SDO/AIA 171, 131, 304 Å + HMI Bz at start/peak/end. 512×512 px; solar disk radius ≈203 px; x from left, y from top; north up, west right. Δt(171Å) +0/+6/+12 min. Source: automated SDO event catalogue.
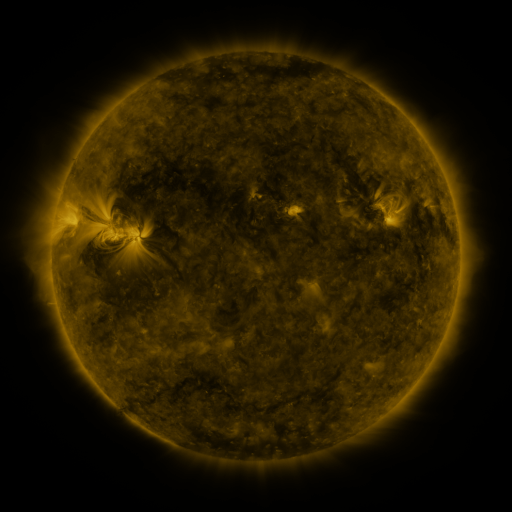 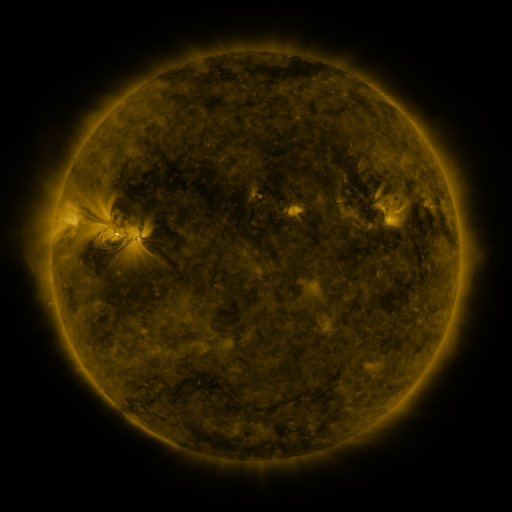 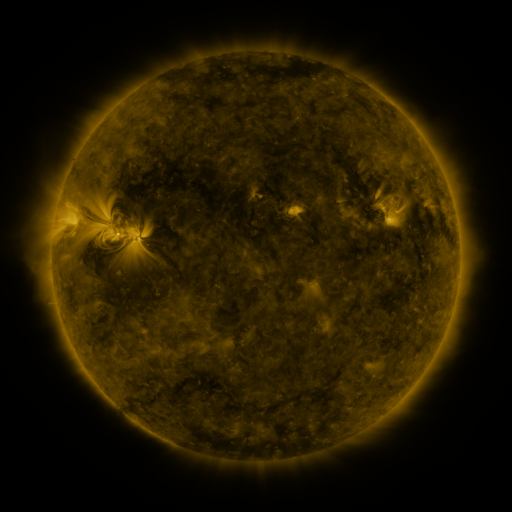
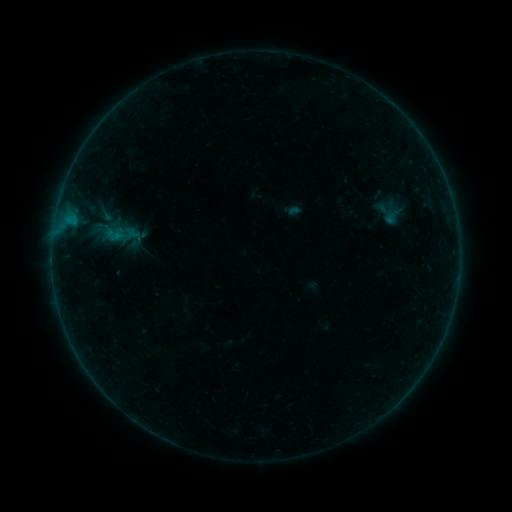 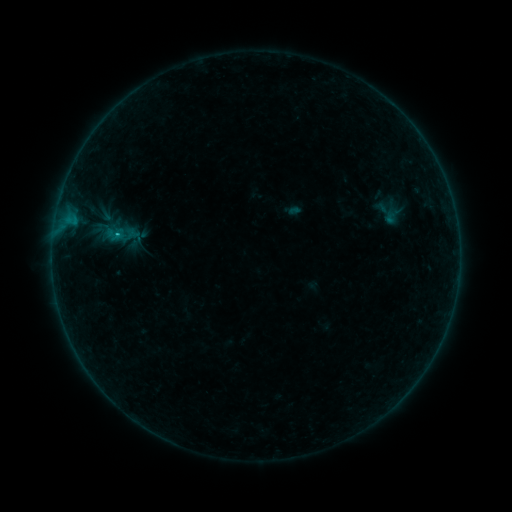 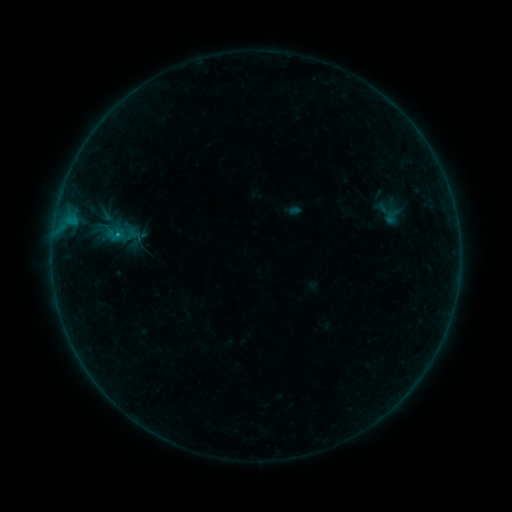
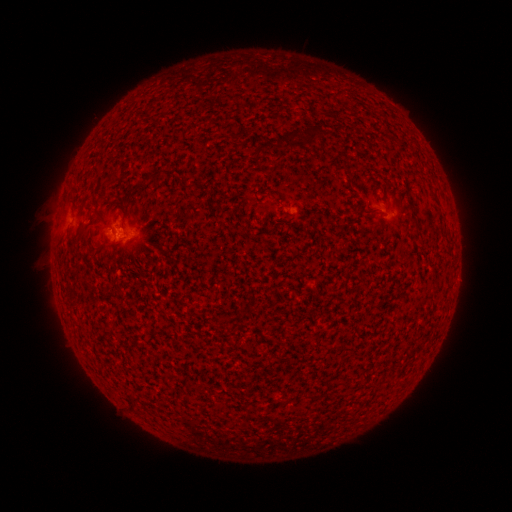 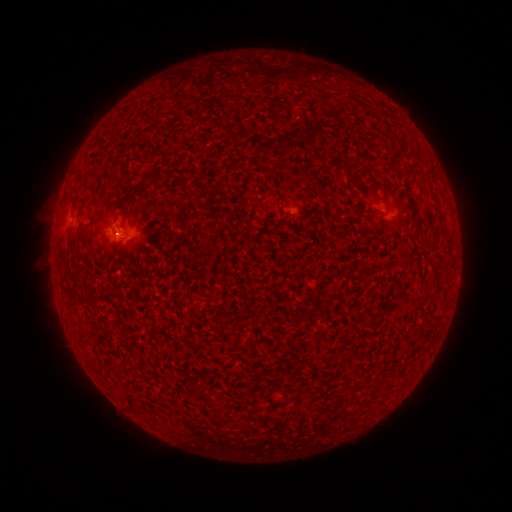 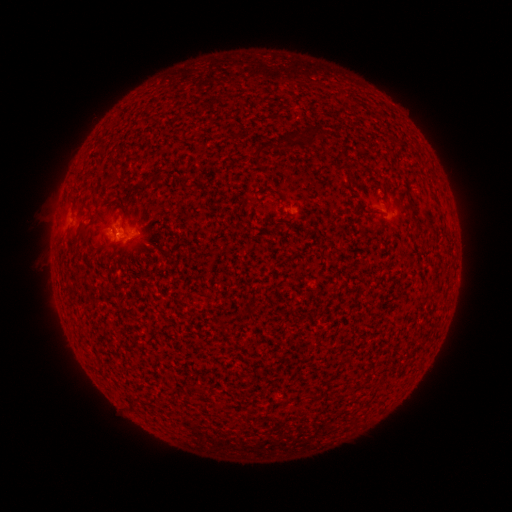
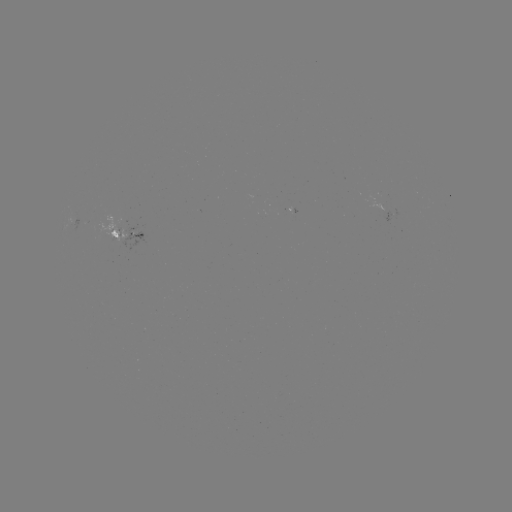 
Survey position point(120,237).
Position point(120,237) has B4.3 flare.